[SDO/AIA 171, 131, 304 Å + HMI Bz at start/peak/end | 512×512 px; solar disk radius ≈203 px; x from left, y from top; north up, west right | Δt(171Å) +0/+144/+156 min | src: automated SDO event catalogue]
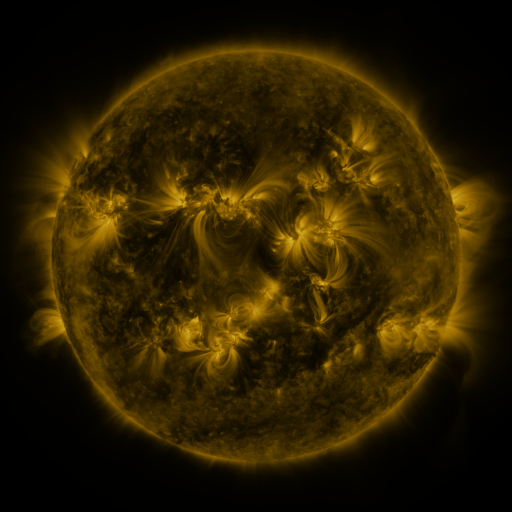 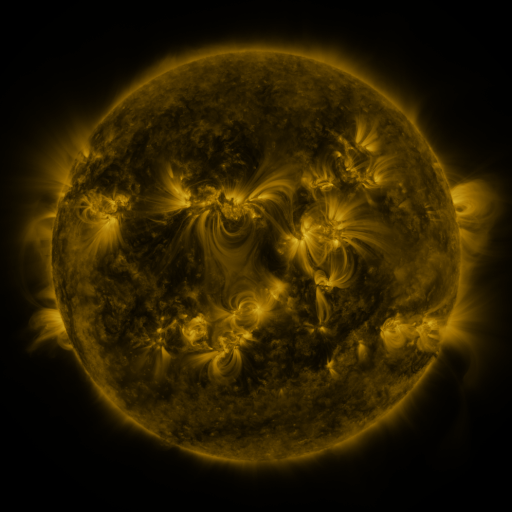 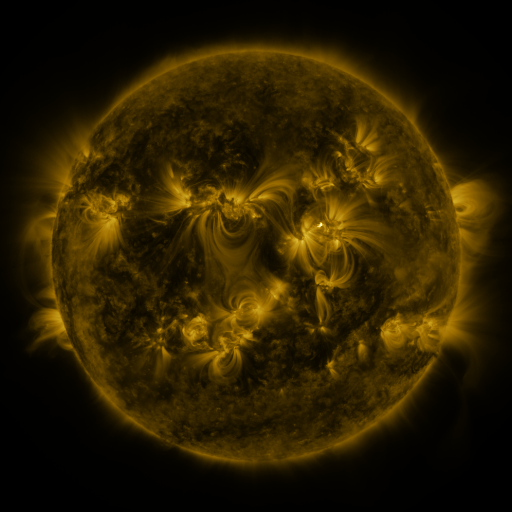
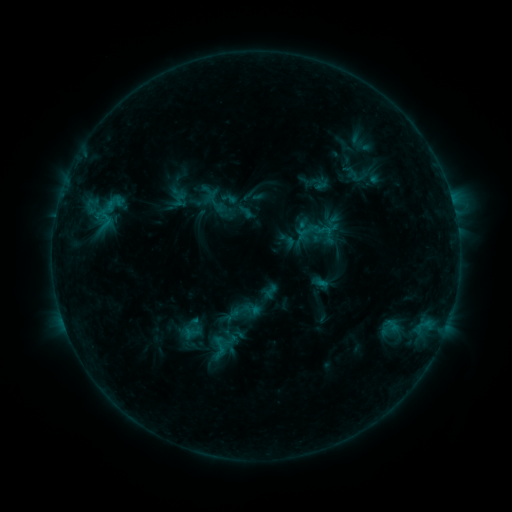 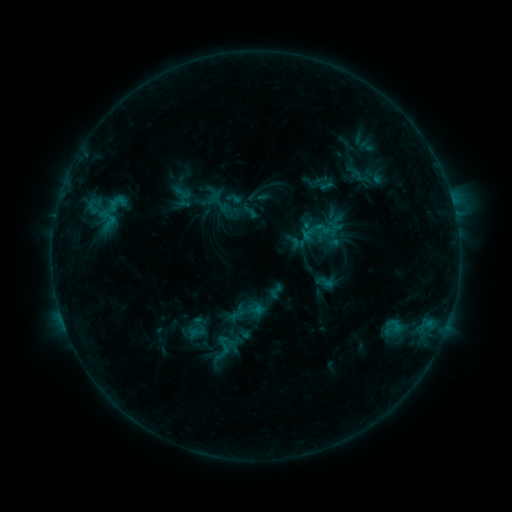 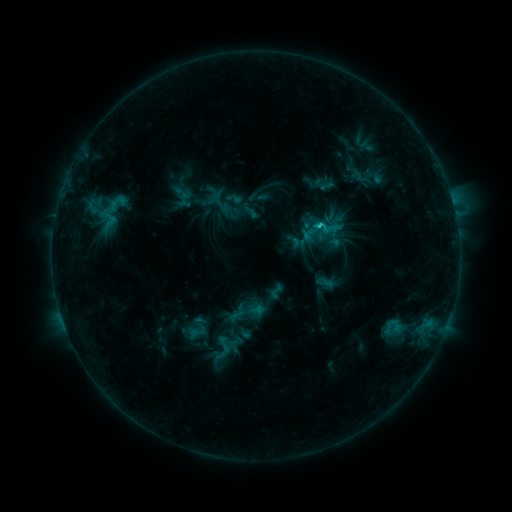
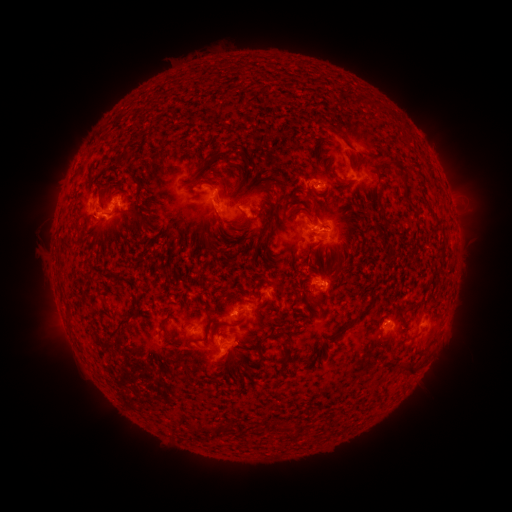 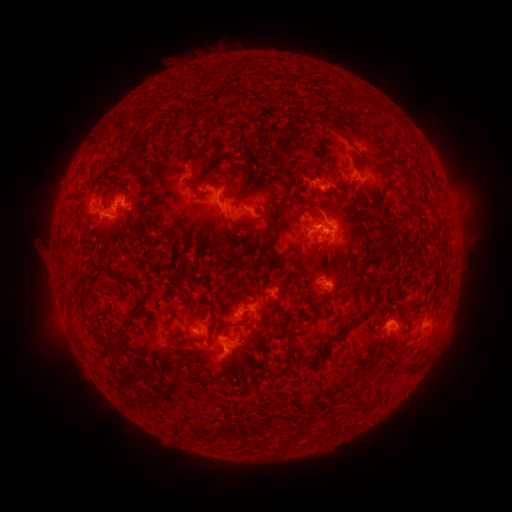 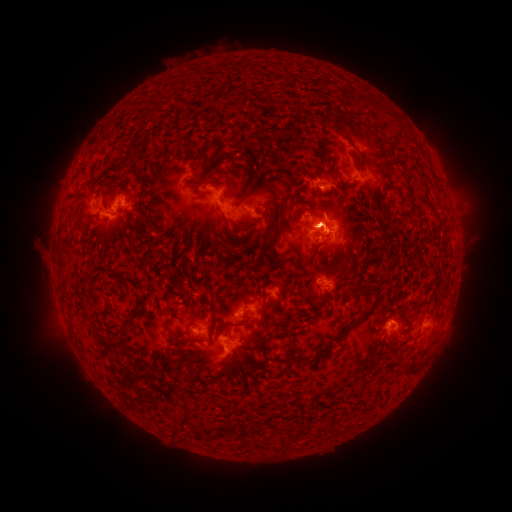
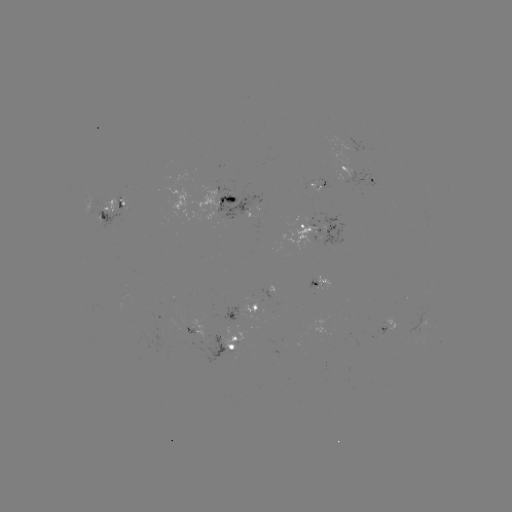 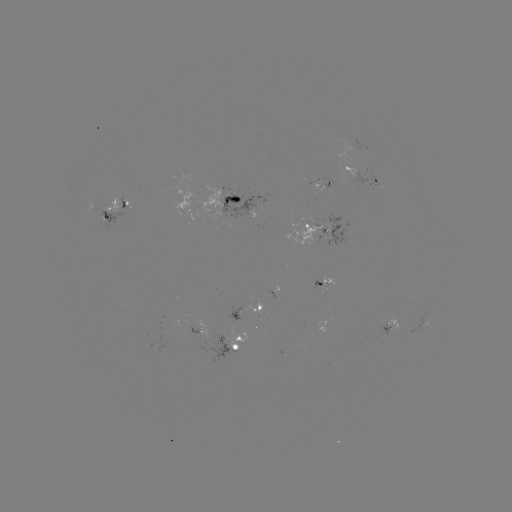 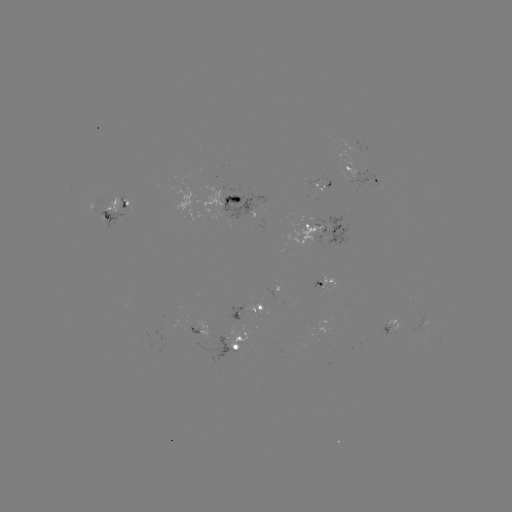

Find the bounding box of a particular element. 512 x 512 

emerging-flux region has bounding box [285, 223, 324, 250].